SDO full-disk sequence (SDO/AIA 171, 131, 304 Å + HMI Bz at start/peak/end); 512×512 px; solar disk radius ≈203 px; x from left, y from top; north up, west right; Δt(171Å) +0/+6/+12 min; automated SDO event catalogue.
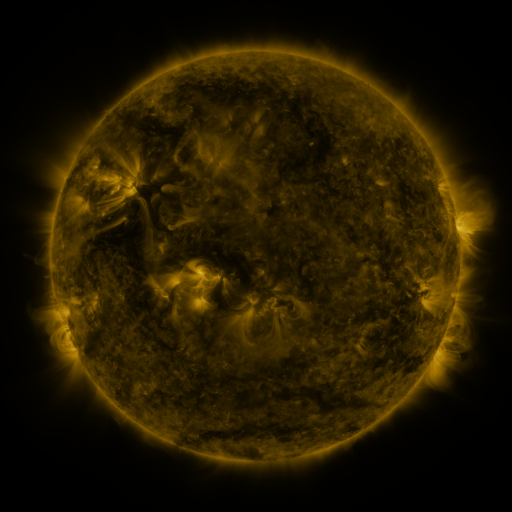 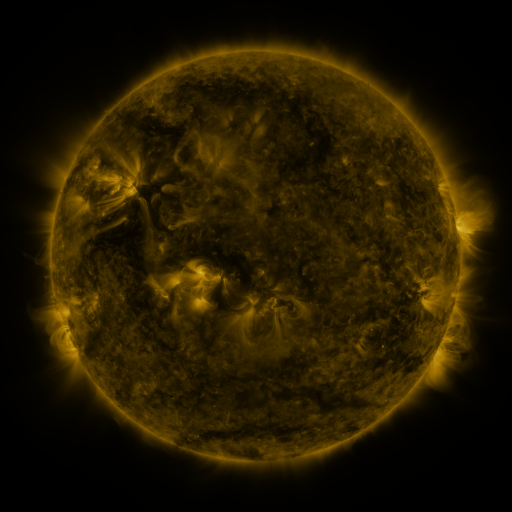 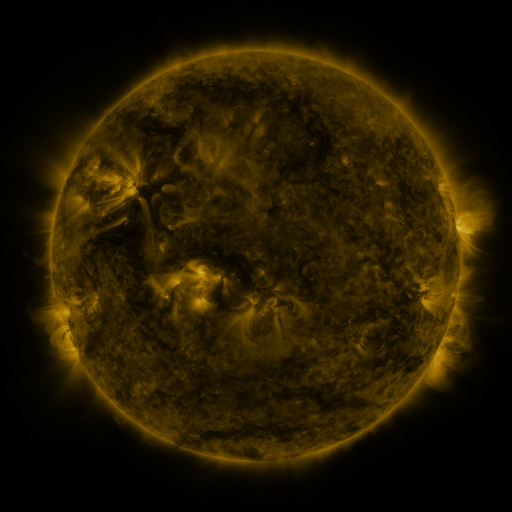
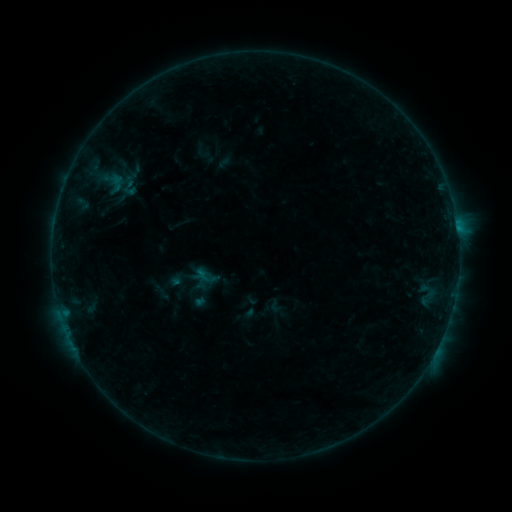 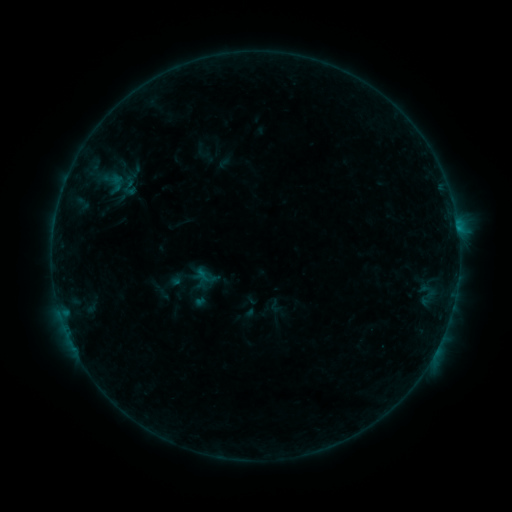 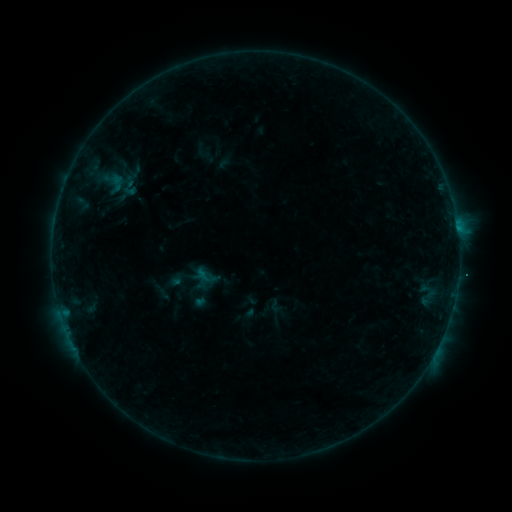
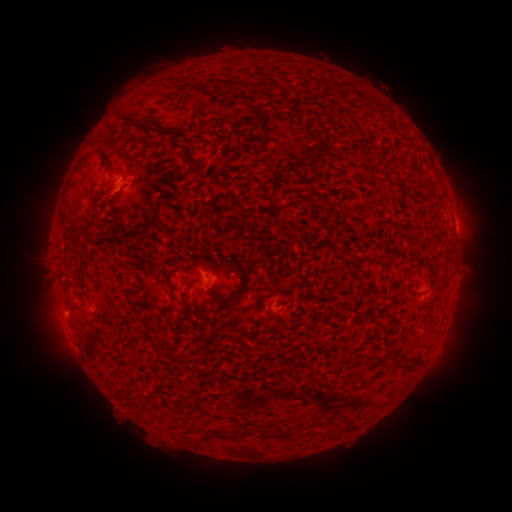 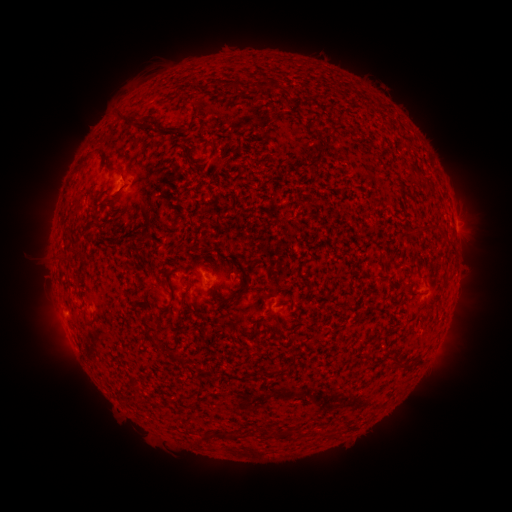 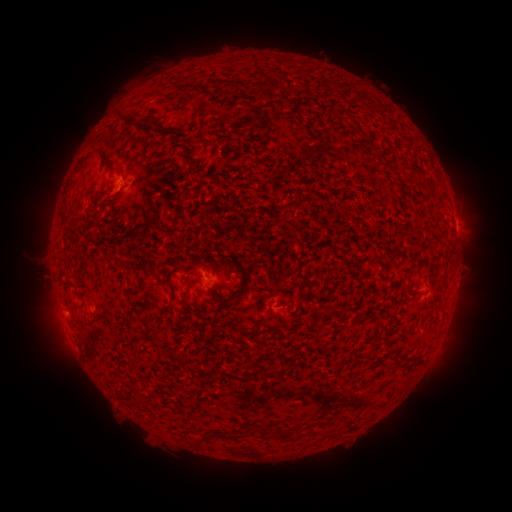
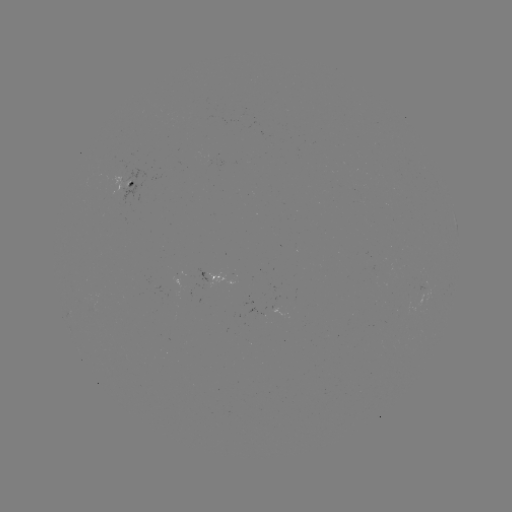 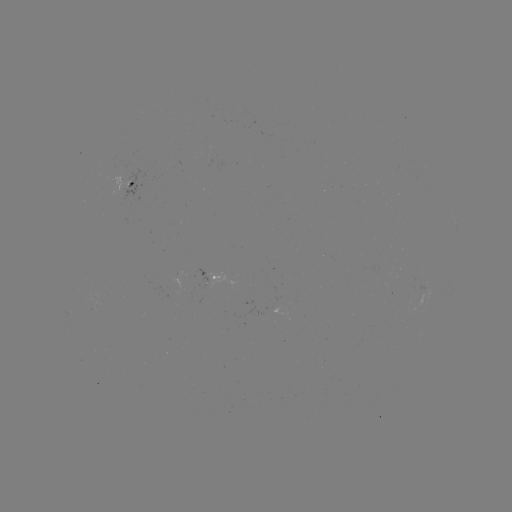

no classed flare was catalogued and no EUV brightening was flagged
